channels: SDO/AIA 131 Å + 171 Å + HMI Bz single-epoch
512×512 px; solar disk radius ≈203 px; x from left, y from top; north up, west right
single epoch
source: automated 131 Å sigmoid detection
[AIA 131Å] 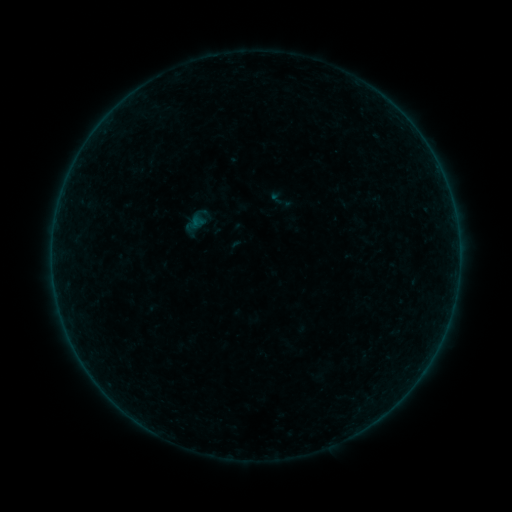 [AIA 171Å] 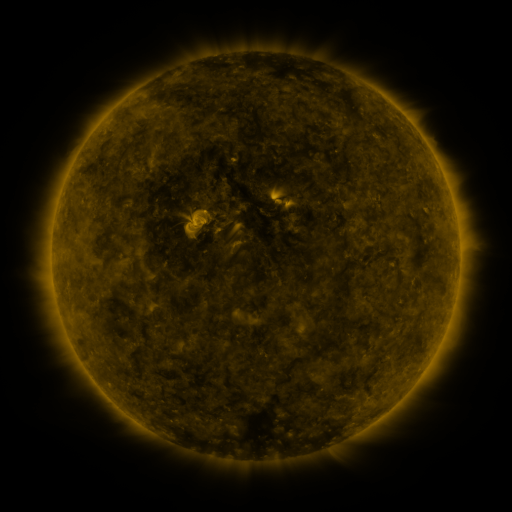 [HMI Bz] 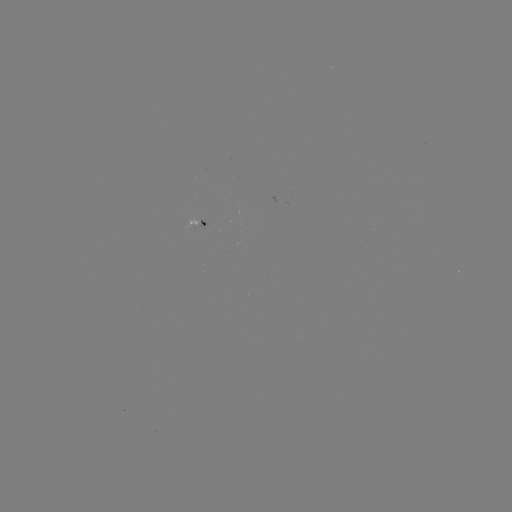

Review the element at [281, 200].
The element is sigmoid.